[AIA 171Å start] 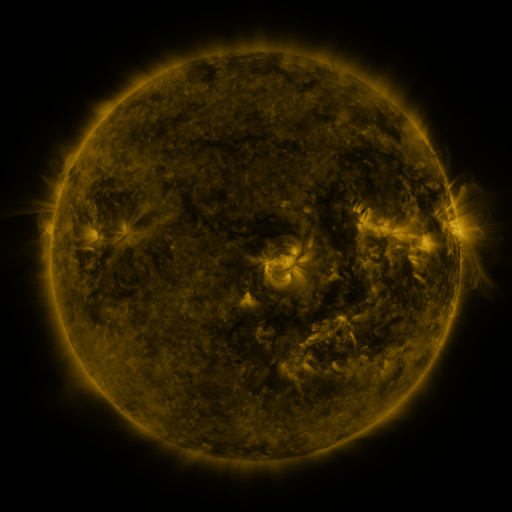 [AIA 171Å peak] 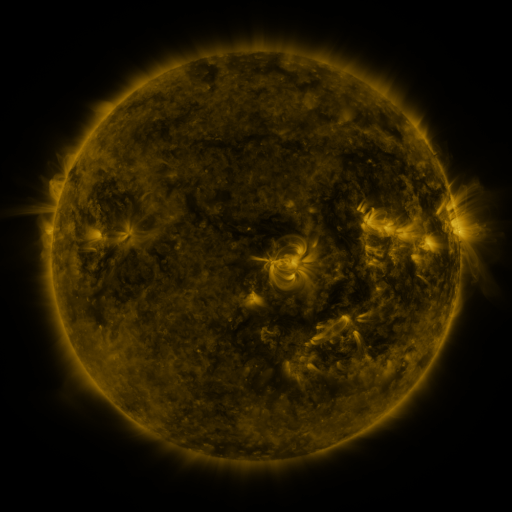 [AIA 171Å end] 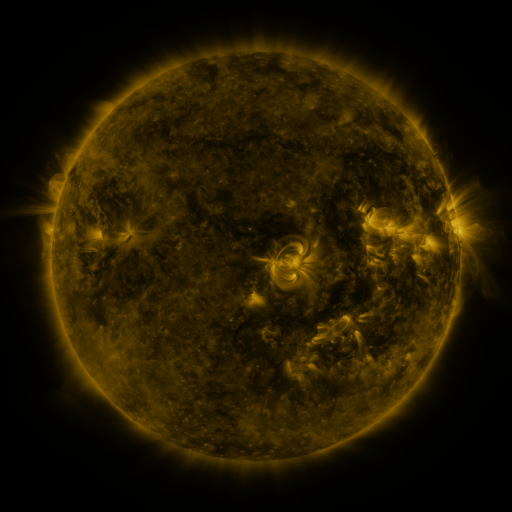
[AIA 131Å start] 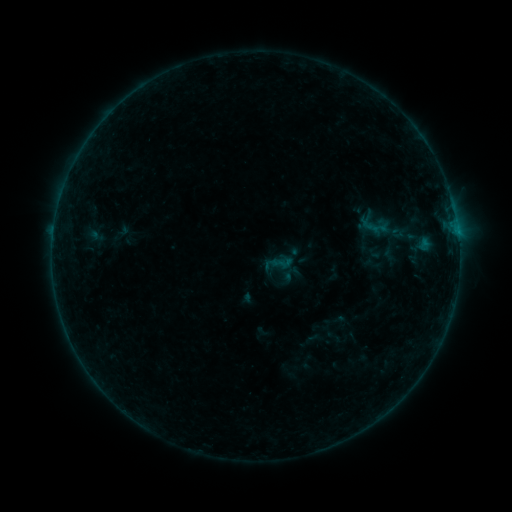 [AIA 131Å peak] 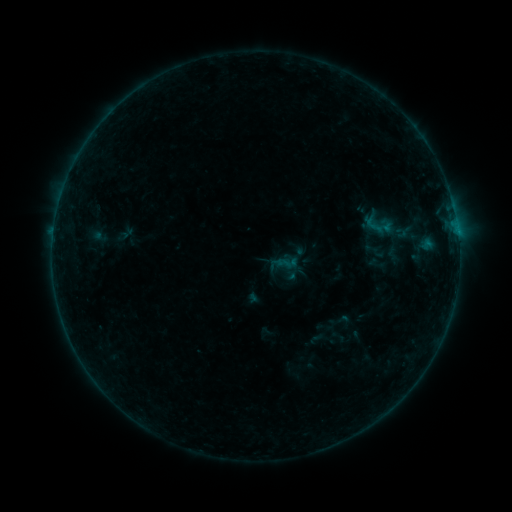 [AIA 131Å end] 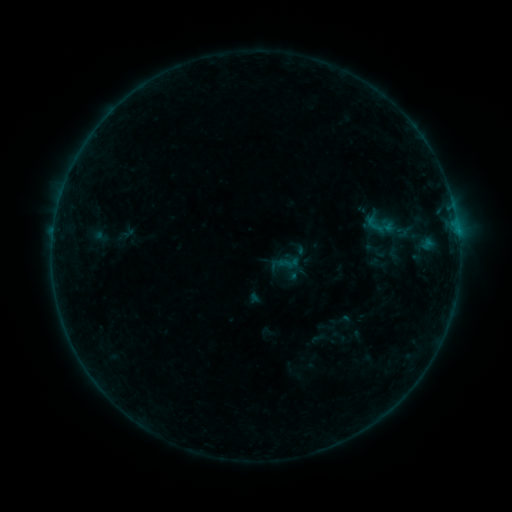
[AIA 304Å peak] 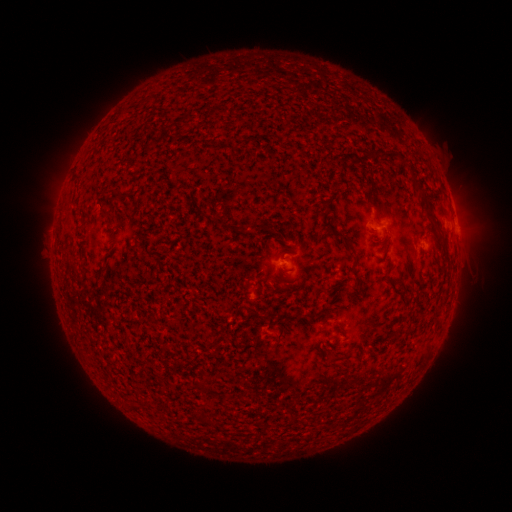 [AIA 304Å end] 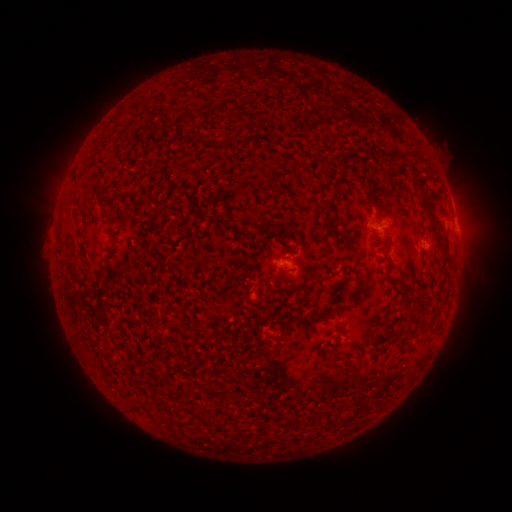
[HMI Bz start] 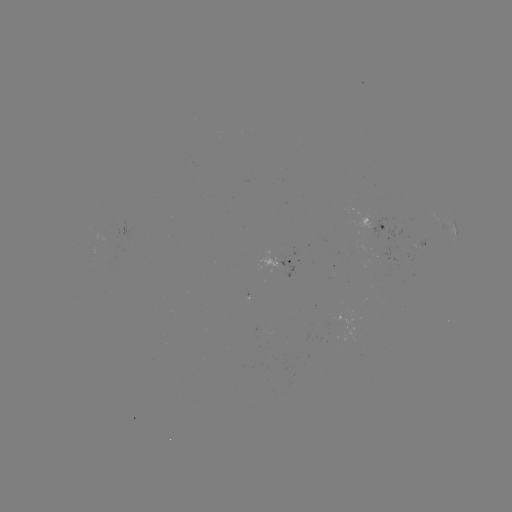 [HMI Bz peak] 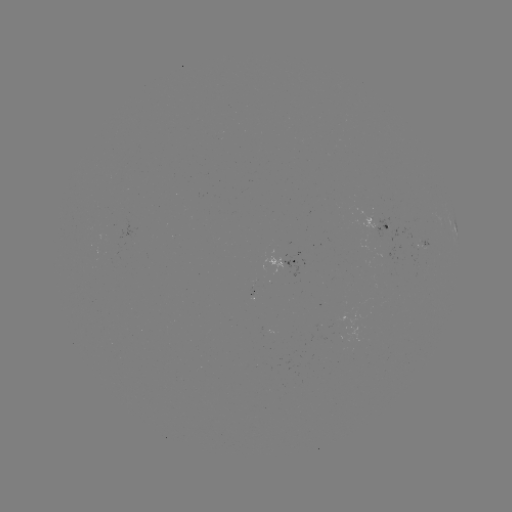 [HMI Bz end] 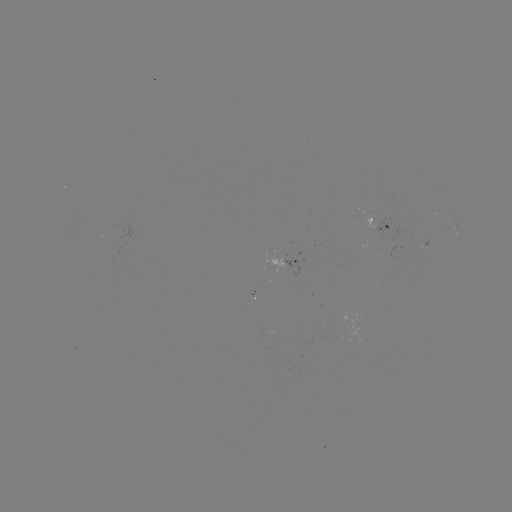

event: emerging-flux region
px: (422, 242)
